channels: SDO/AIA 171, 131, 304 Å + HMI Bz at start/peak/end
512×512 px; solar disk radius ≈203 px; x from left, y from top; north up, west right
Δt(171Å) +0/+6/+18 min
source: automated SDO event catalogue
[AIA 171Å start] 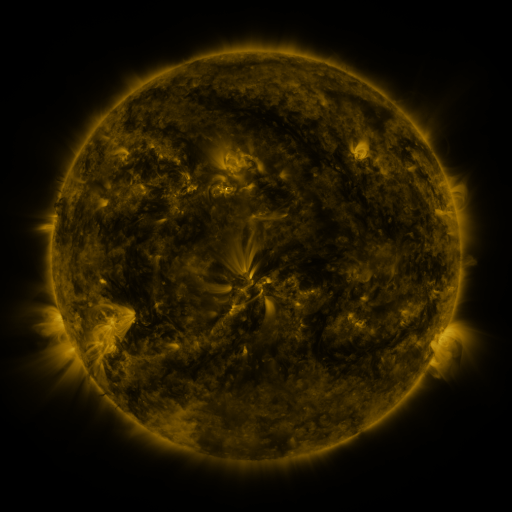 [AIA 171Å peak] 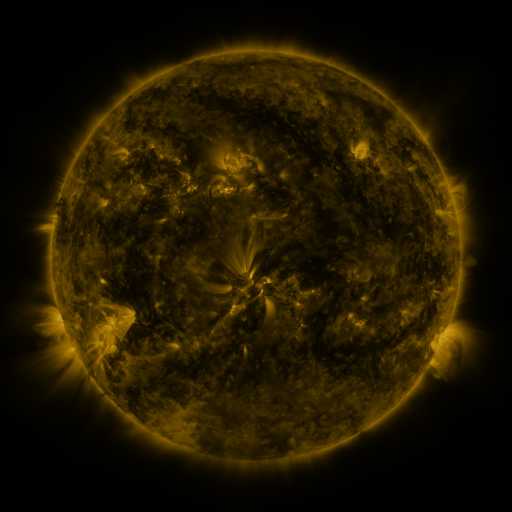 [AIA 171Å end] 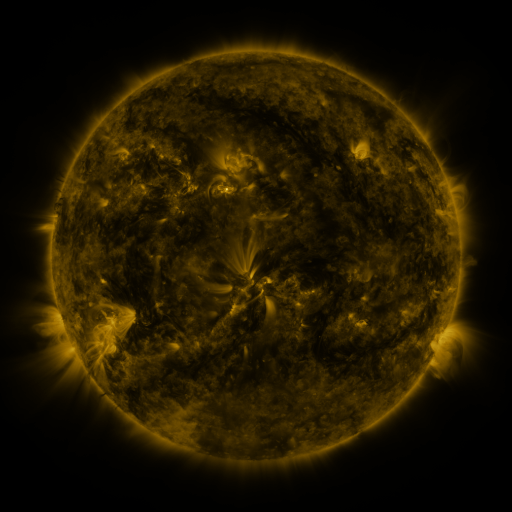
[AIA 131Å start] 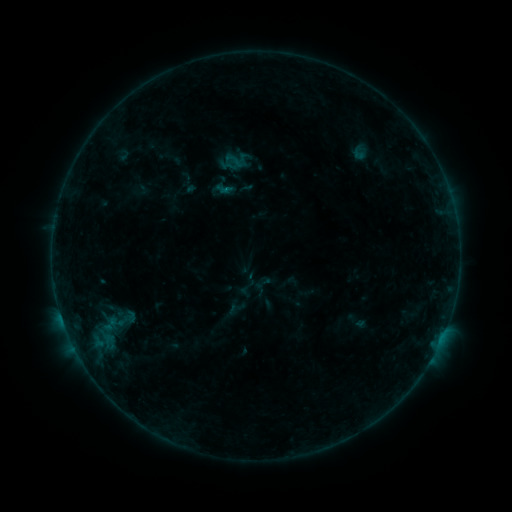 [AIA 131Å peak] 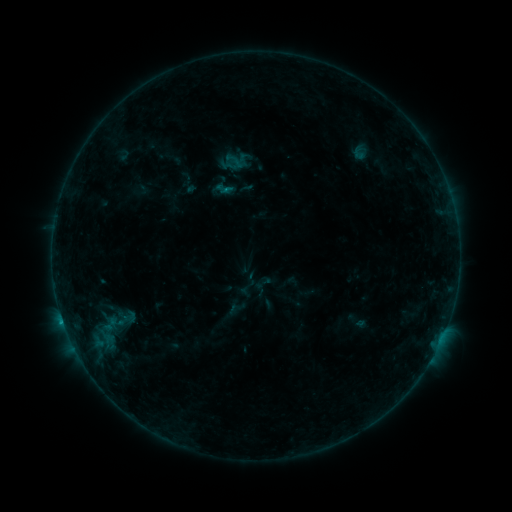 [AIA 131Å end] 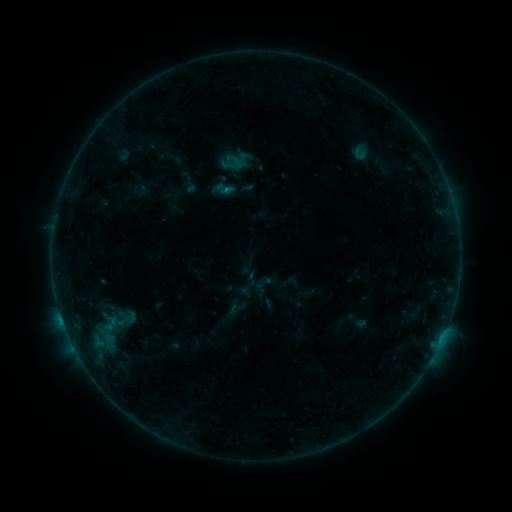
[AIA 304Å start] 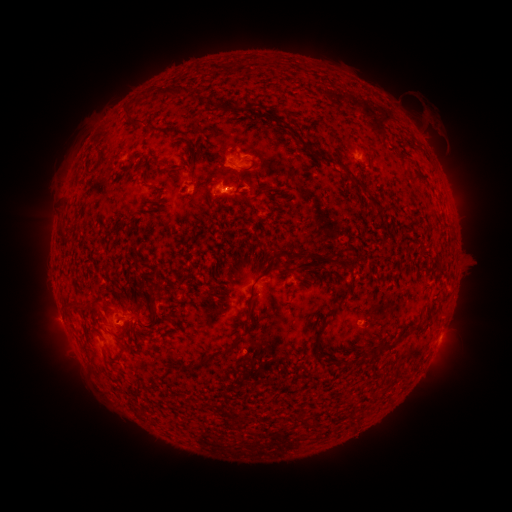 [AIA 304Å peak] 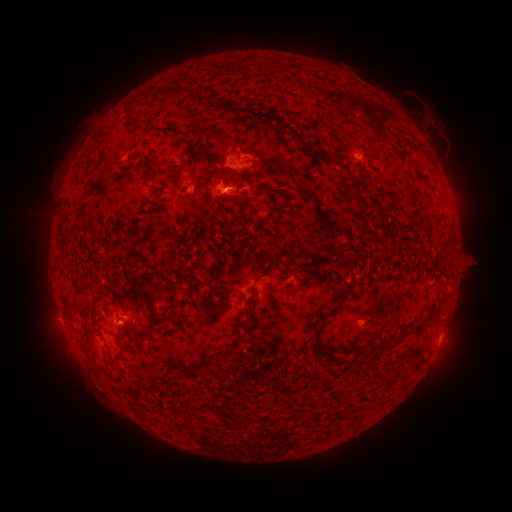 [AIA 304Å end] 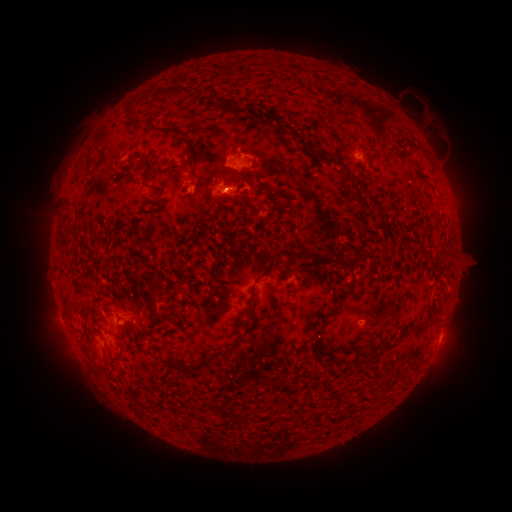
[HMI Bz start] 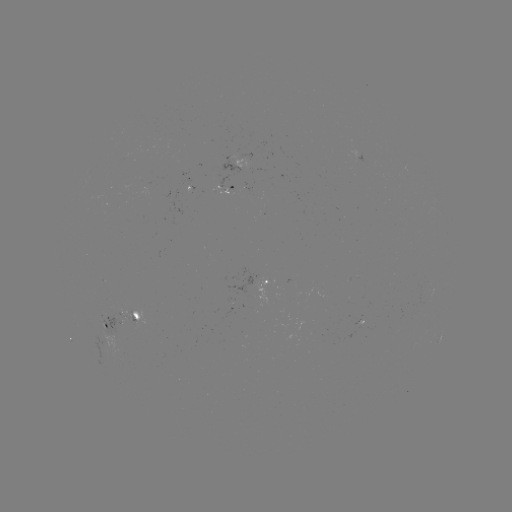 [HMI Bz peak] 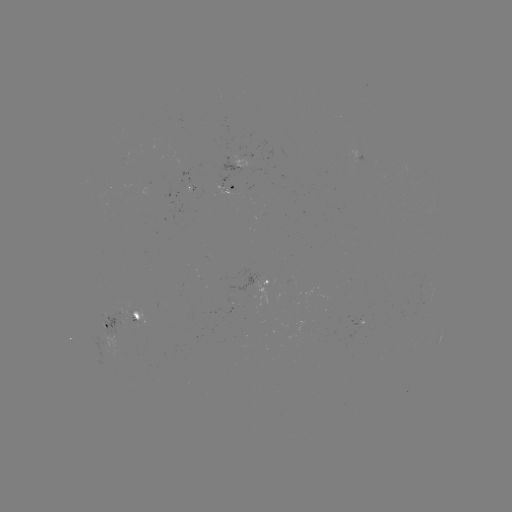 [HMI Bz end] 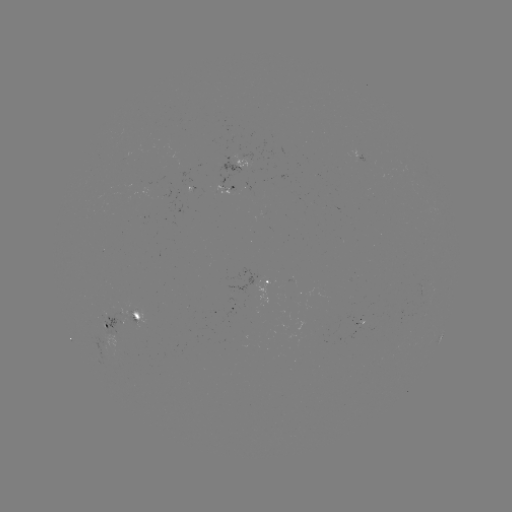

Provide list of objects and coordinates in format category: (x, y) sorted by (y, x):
B4.0 flare: (62, 317)
